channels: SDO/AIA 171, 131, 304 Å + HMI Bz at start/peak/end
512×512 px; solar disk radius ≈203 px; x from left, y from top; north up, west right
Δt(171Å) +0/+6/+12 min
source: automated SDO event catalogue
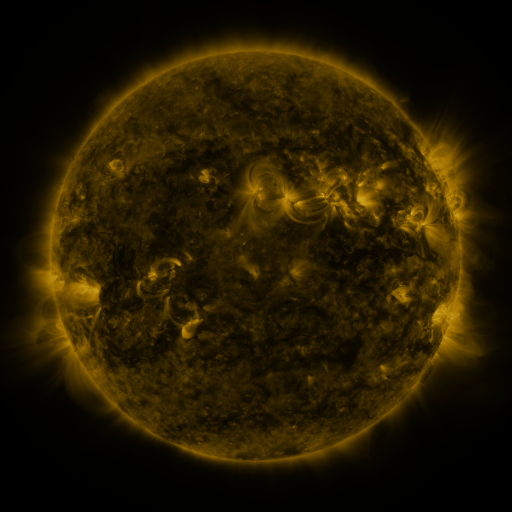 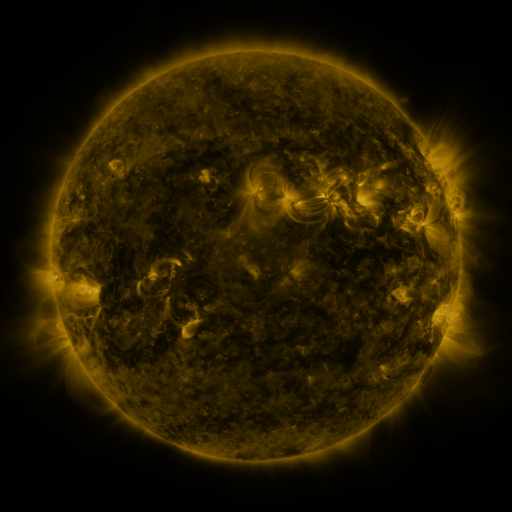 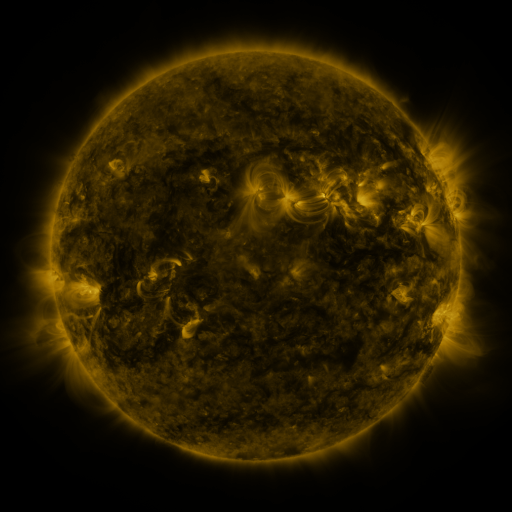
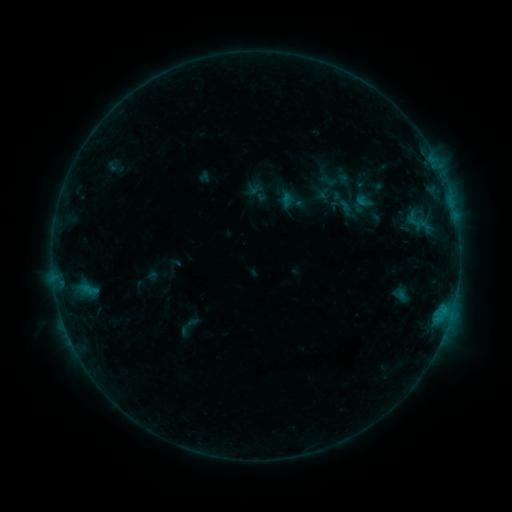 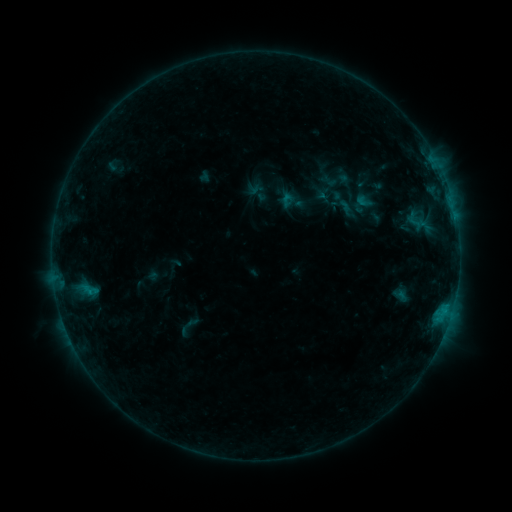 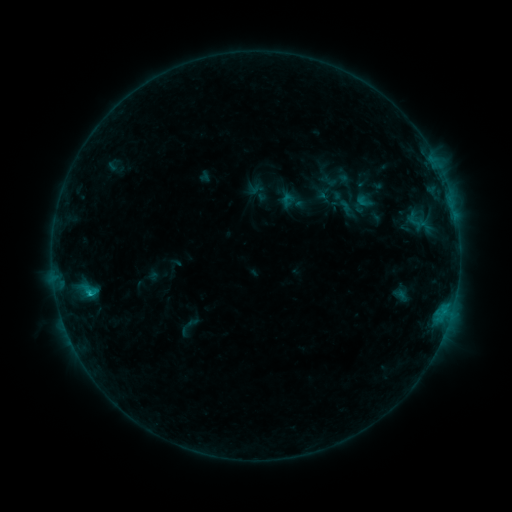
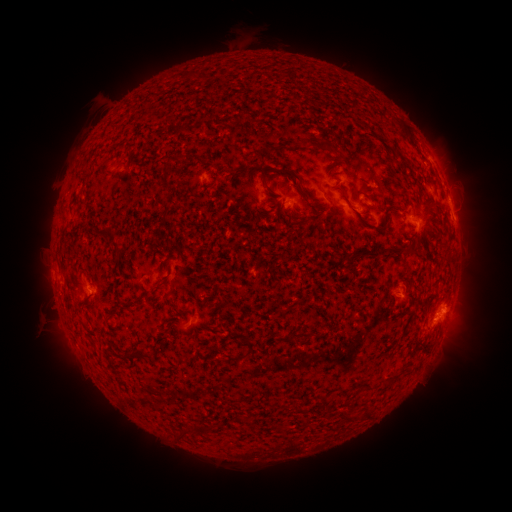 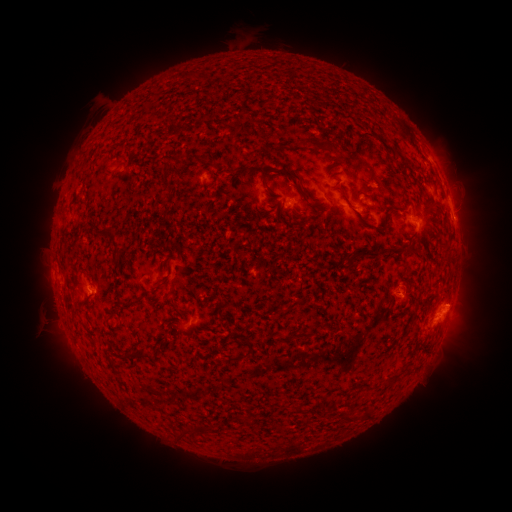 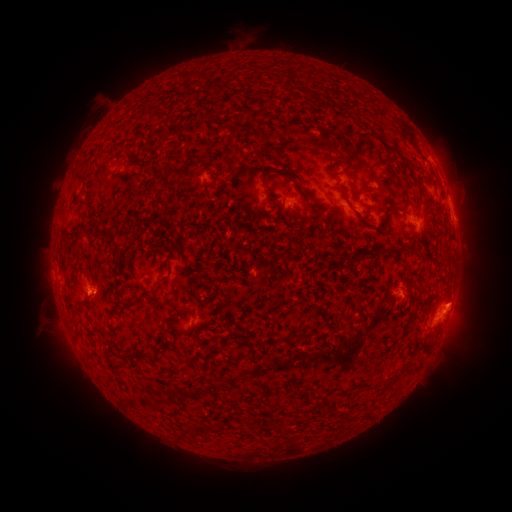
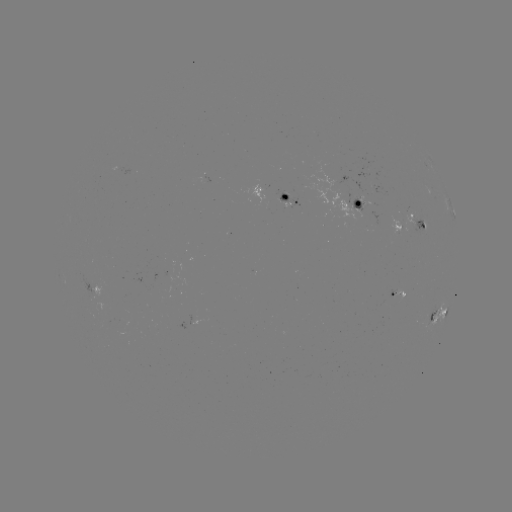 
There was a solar eruption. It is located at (462, 302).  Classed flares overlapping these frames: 1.